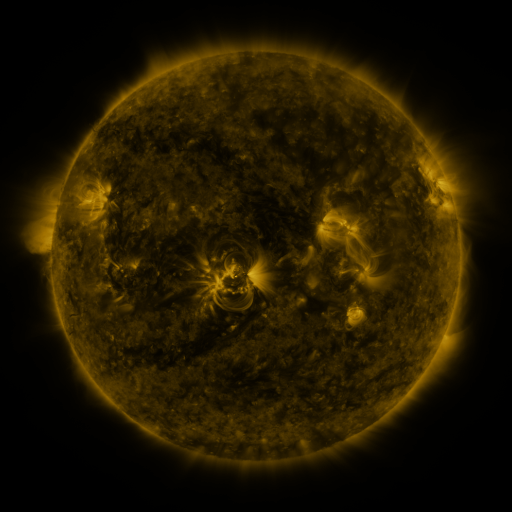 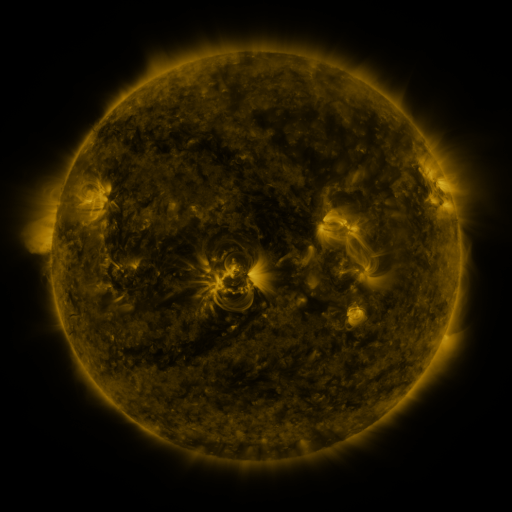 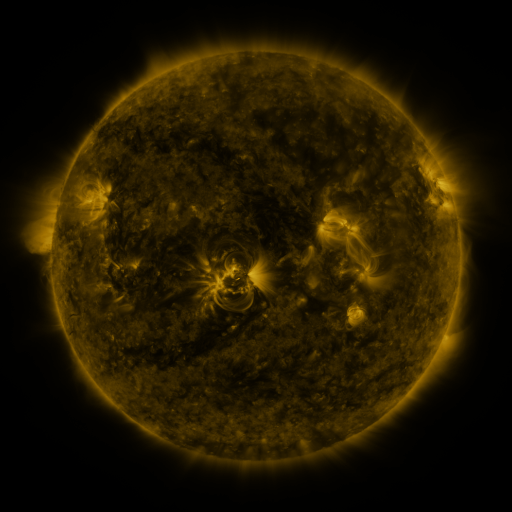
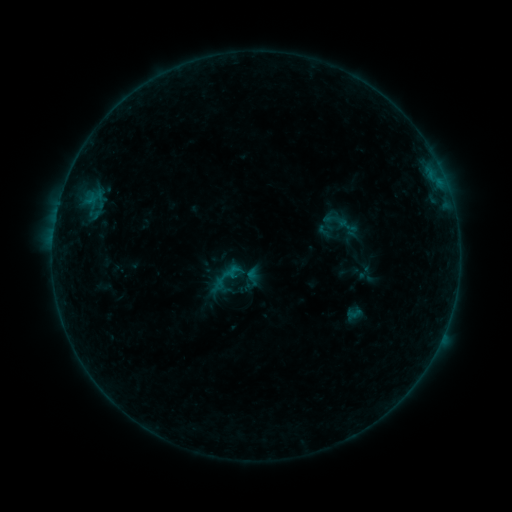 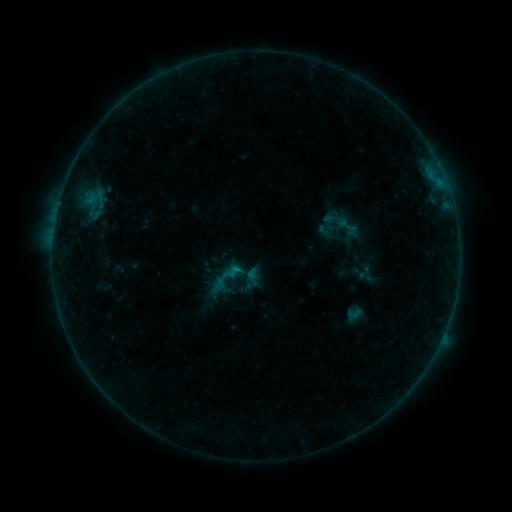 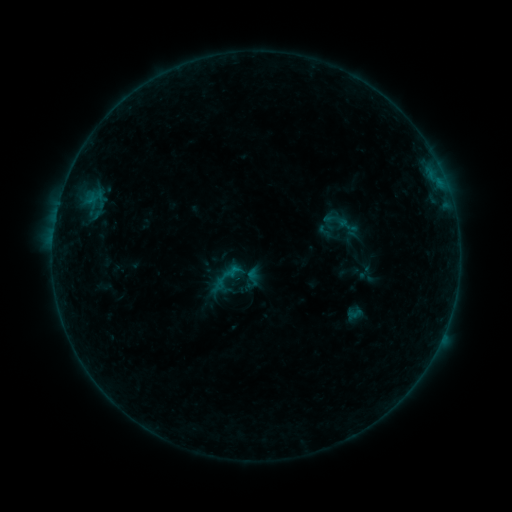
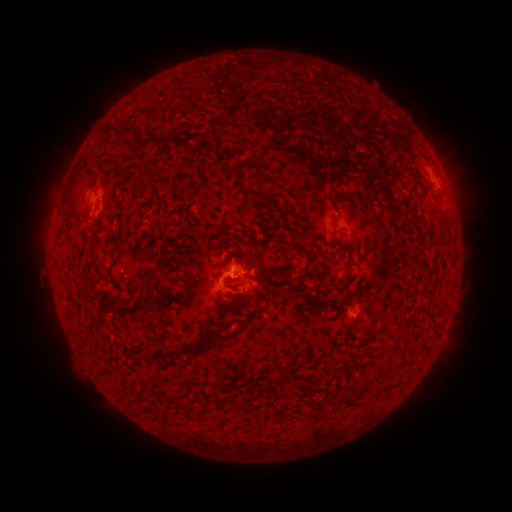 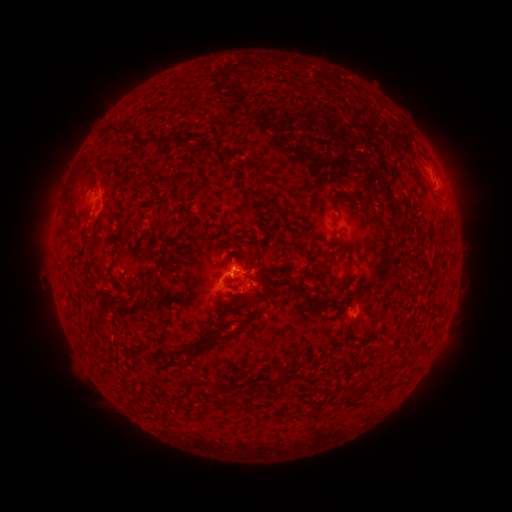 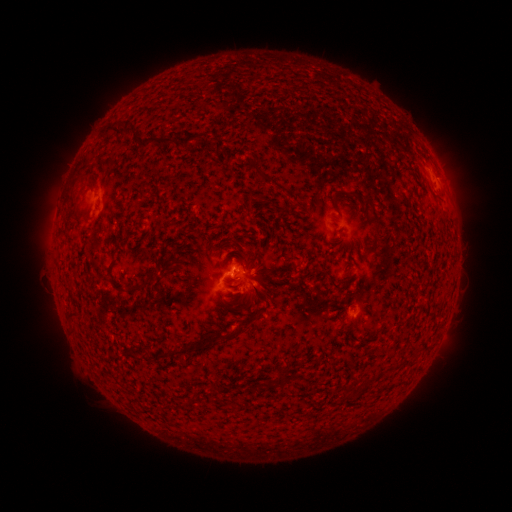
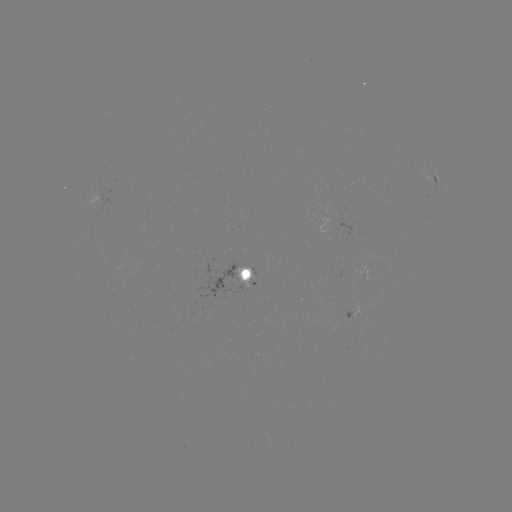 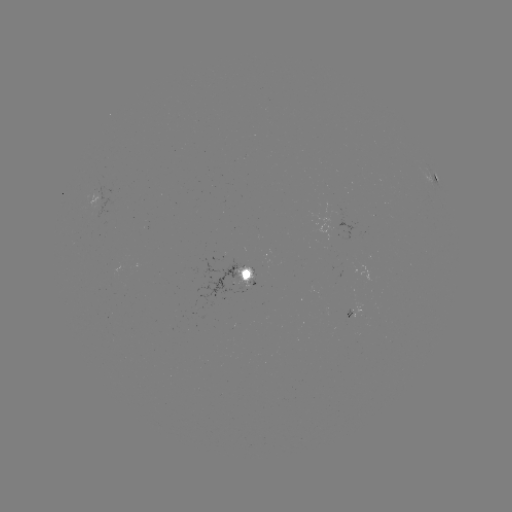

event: flare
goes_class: B3.7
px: (238, 266)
